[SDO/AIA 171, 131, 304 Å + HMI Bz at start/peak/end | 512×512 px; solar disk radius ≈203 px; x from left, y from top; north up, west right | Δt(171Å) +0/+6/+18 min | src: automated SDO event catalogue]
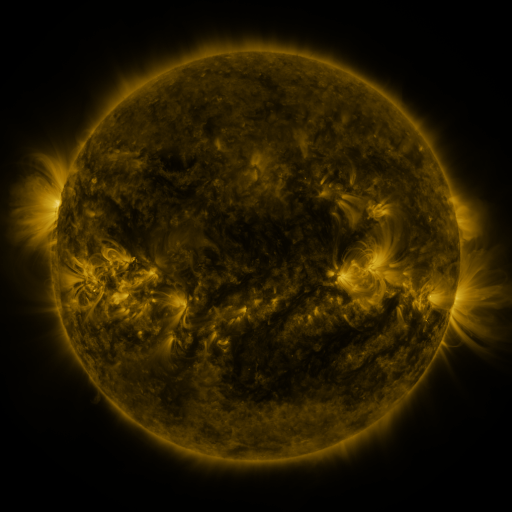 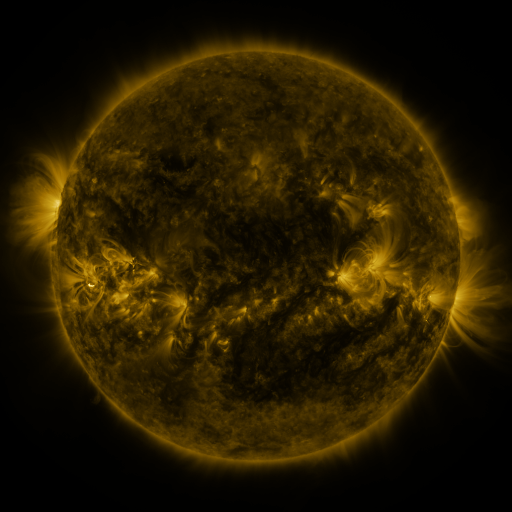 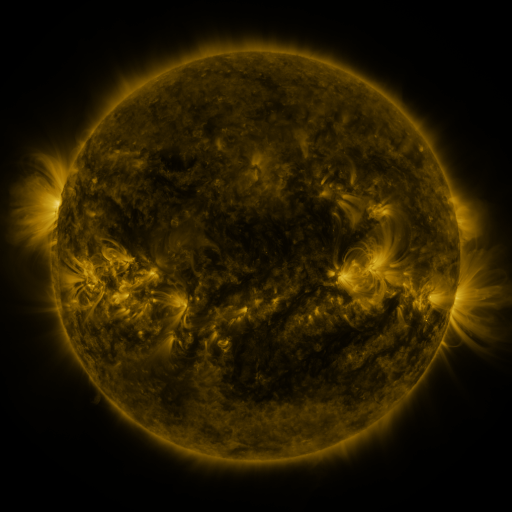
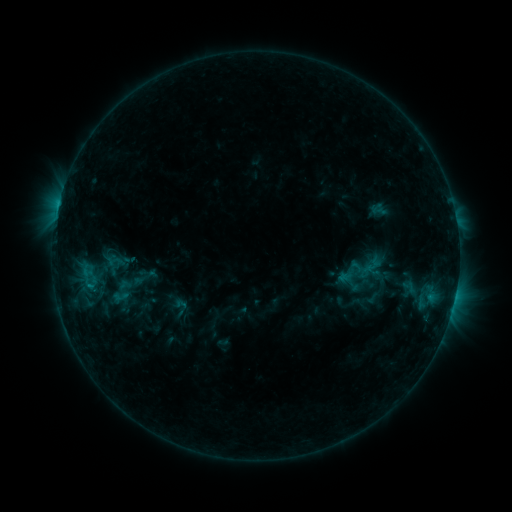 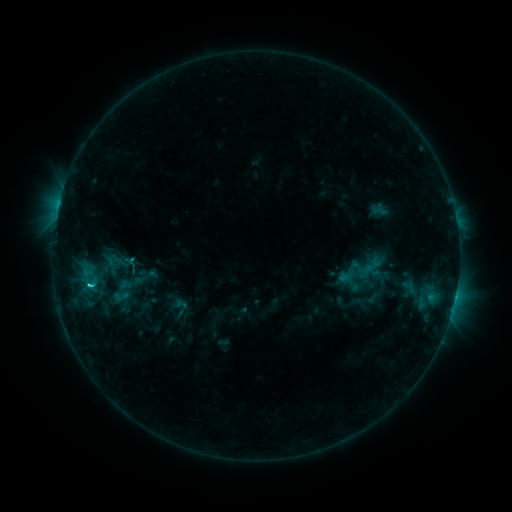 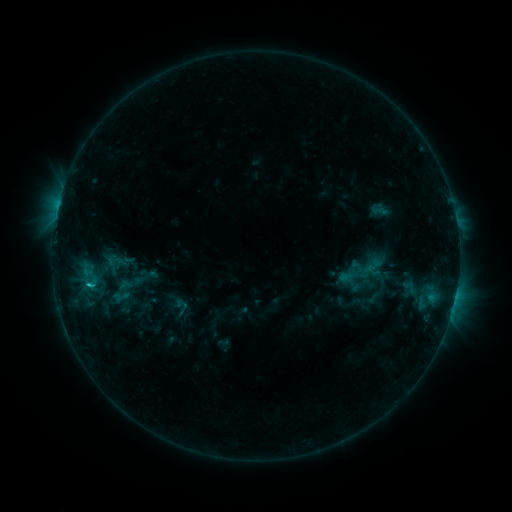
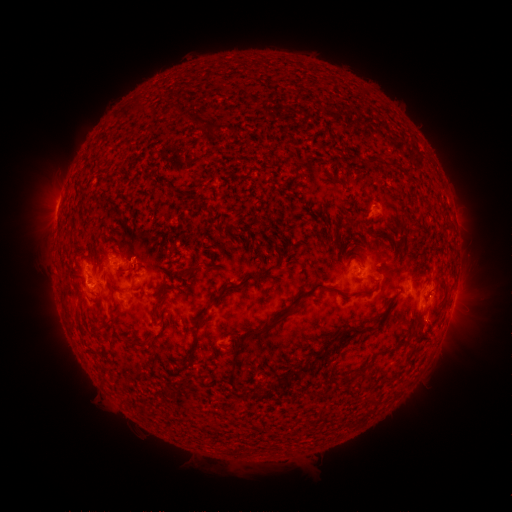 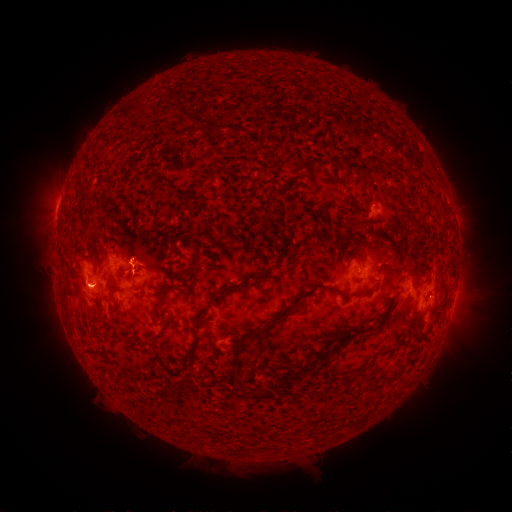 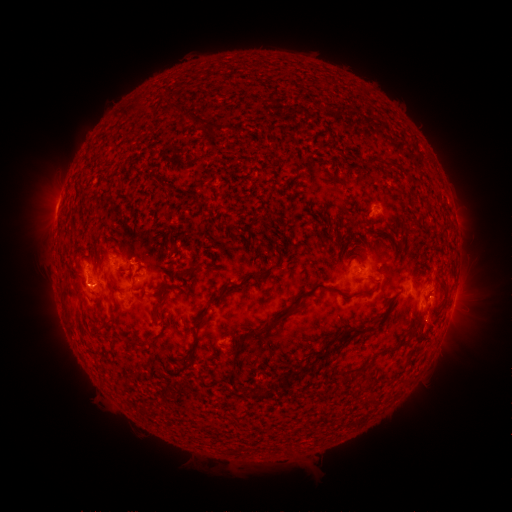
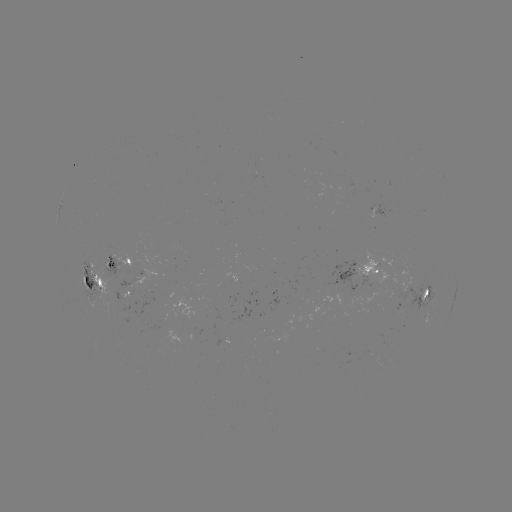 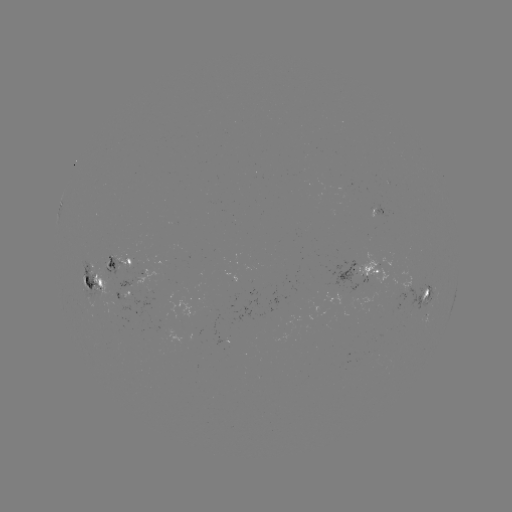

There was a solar flare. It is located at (90, 284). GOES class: C2.0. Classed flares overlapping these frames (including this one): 1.